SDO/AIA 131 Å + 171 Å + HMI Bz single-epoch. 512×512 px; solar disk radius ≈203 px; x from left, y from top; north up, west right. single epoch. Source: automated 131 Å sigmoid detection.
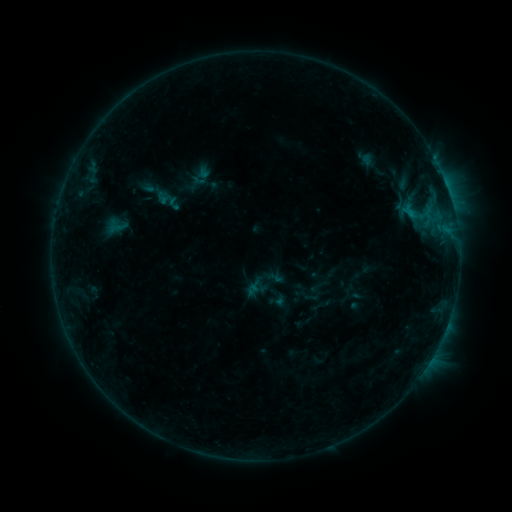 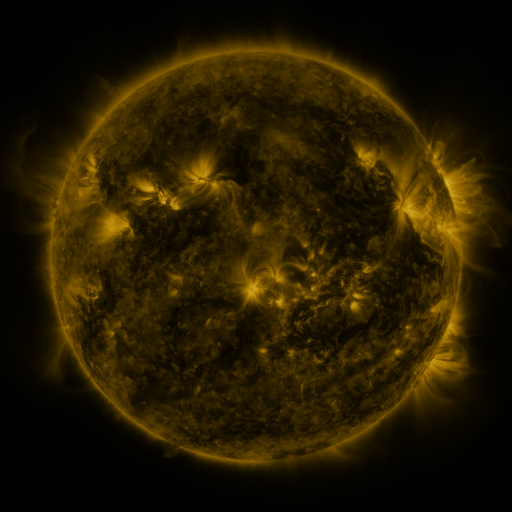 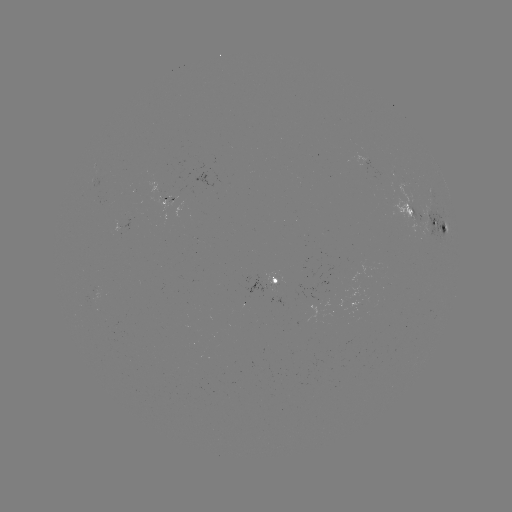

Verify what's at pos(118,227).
sigmoid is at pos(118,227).